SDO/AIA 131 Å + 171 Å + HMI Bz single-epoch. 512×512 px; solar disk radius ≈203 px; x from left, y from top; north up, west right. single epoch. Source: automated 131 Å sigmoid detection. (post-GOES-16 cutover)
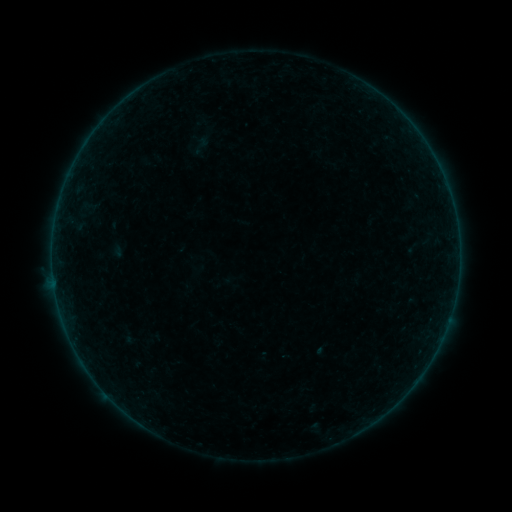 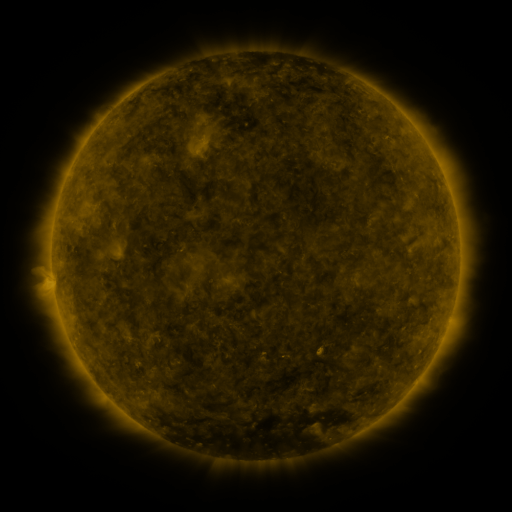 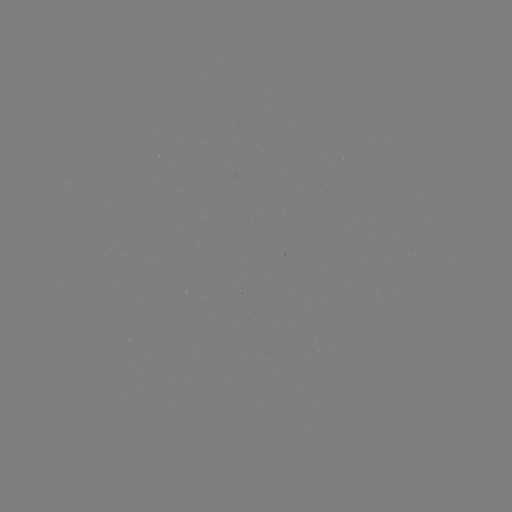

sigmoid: <bbox>190, 134, 212, 156</bbox>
